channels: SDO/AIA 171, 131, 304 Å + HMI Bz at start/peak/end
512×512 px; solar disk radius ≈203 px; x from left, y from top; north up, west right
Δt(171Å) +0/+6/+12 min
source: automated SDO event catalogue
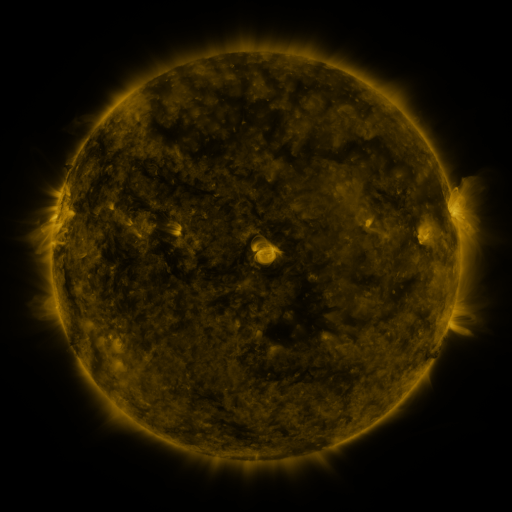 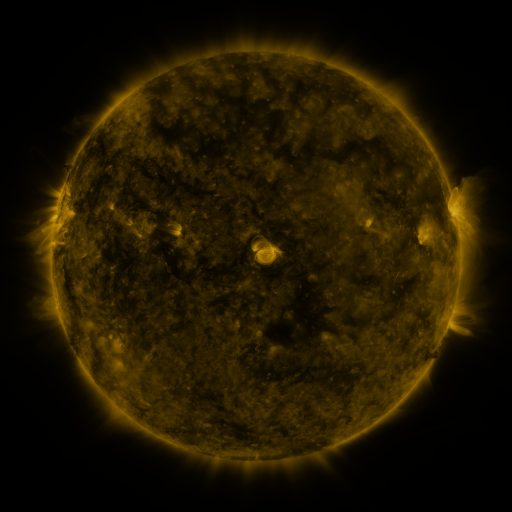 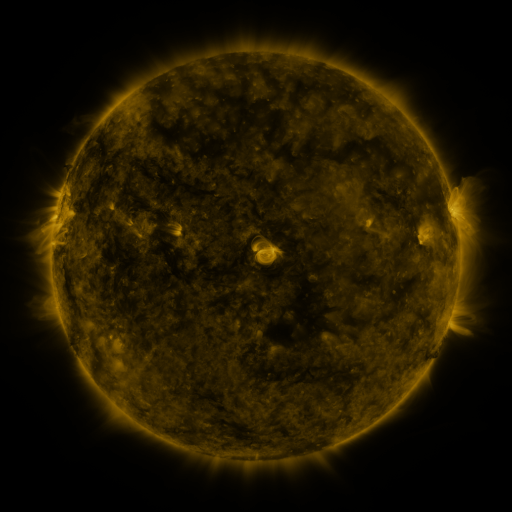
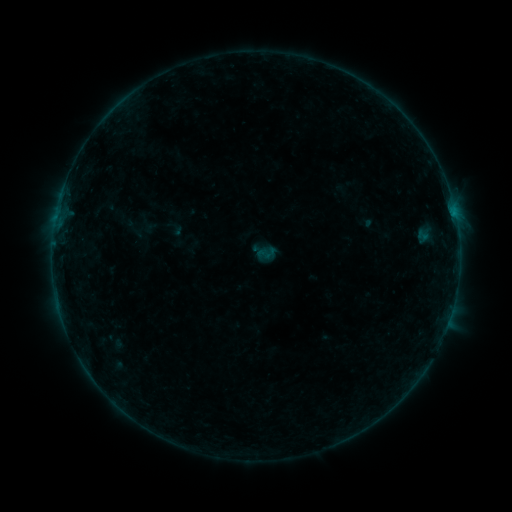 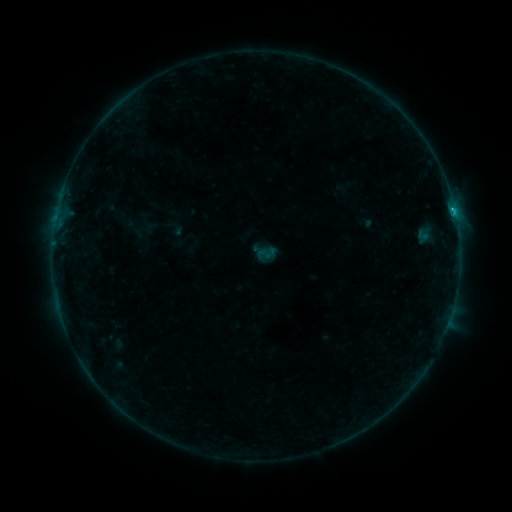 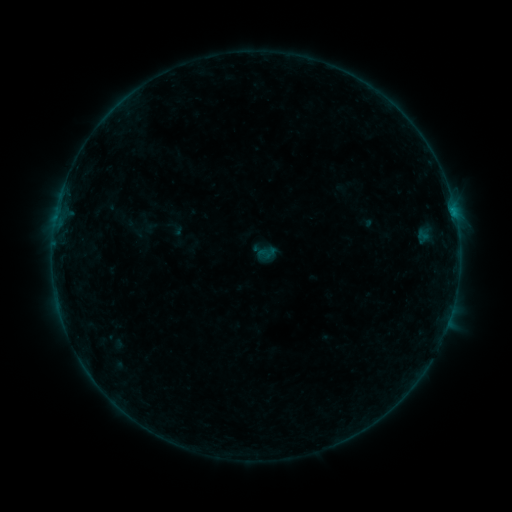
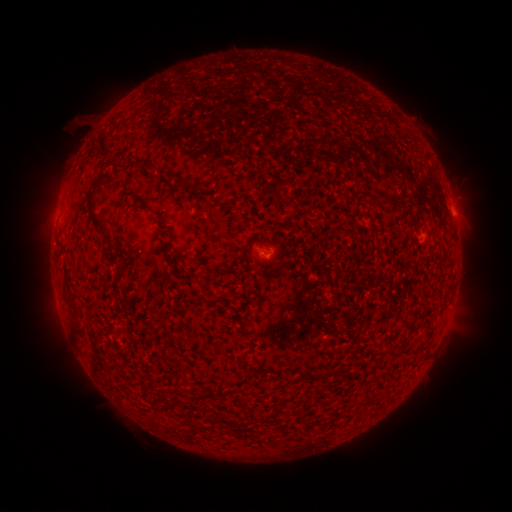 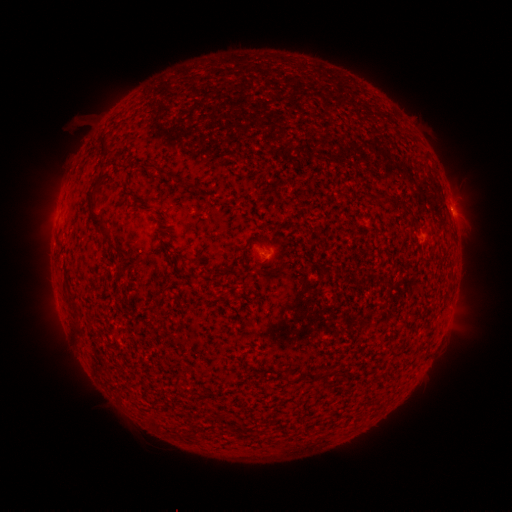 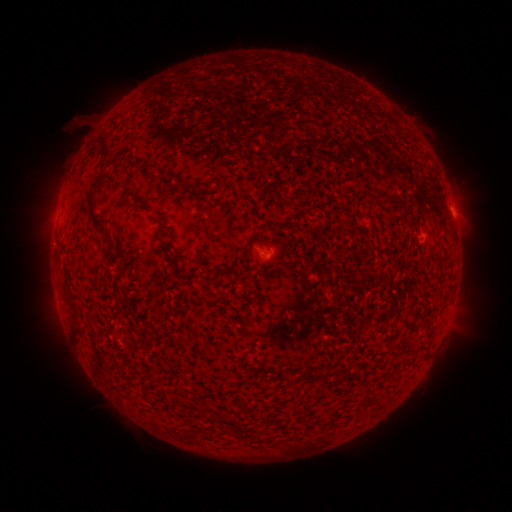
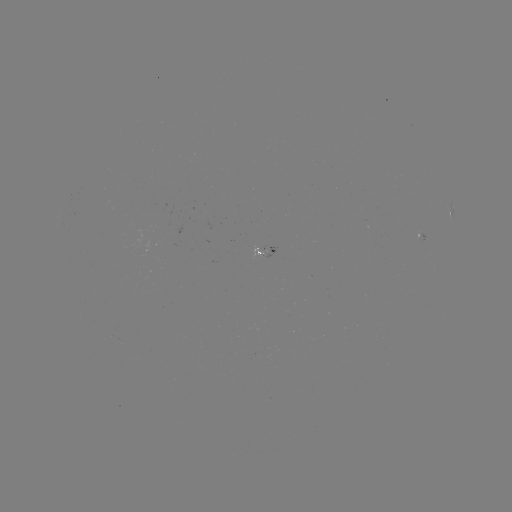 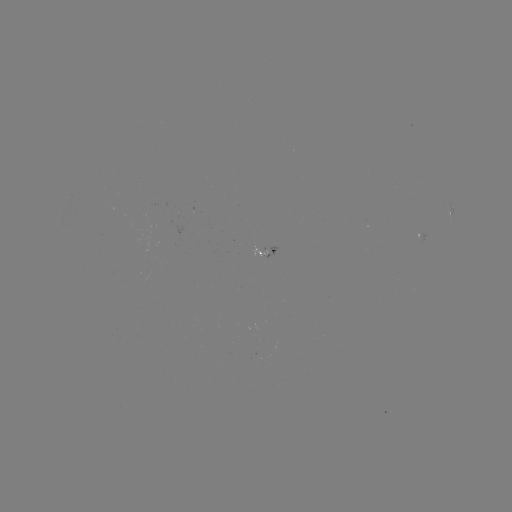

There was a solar flare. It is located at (452, 212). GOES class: B3.1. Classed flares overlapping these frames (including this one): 1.